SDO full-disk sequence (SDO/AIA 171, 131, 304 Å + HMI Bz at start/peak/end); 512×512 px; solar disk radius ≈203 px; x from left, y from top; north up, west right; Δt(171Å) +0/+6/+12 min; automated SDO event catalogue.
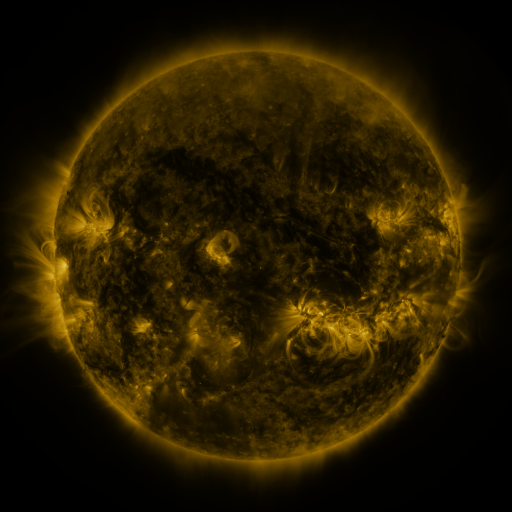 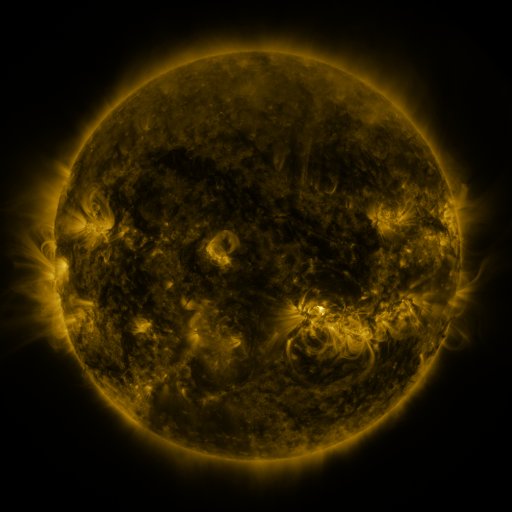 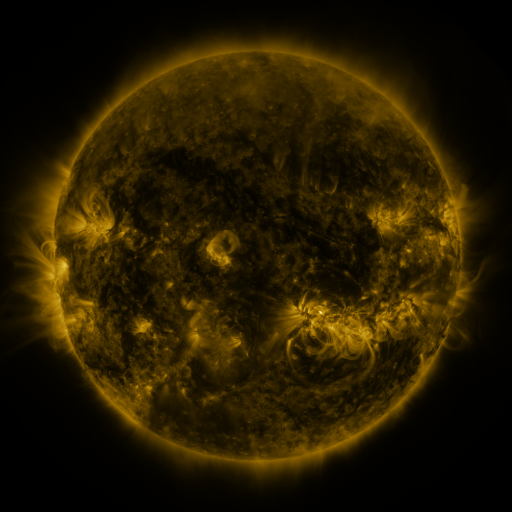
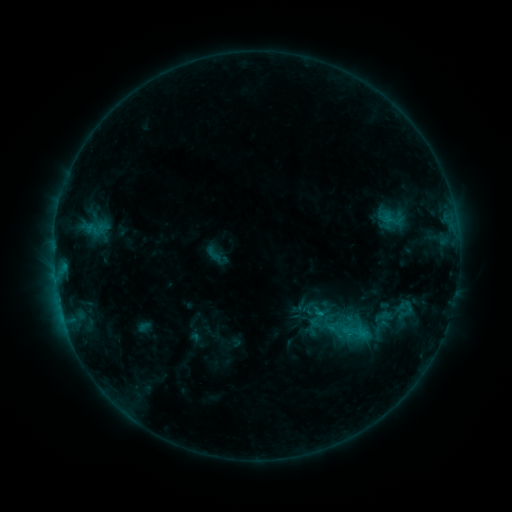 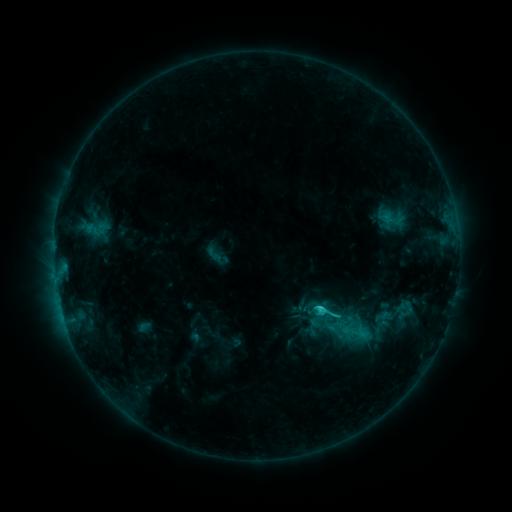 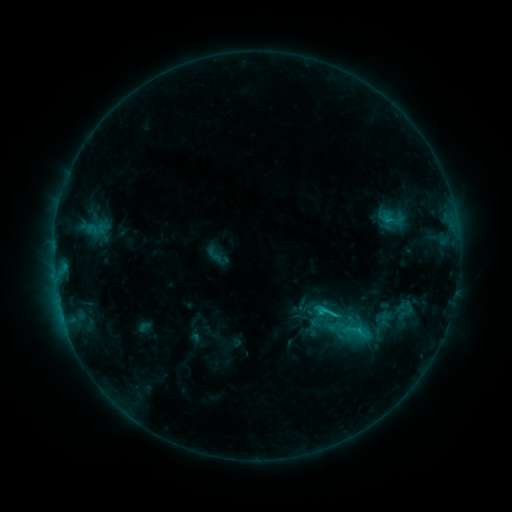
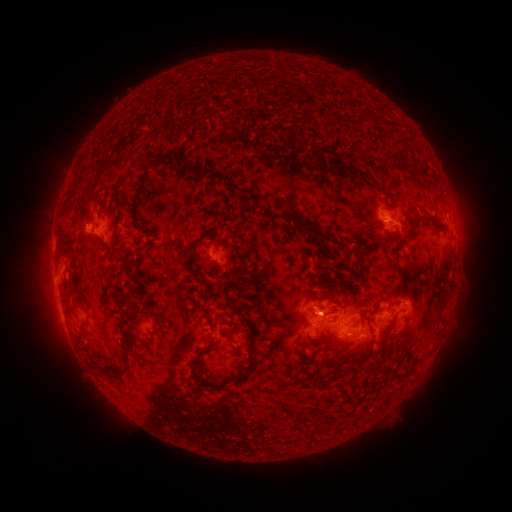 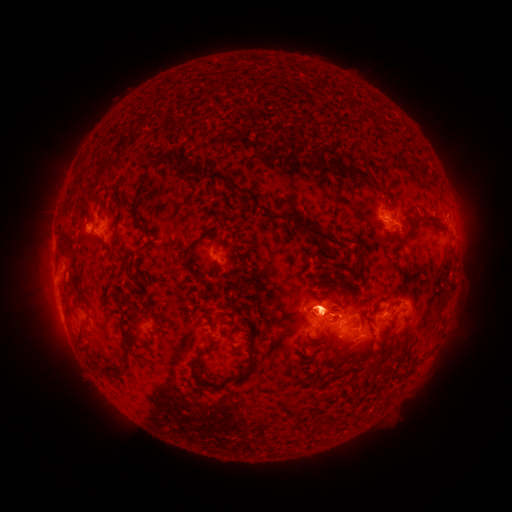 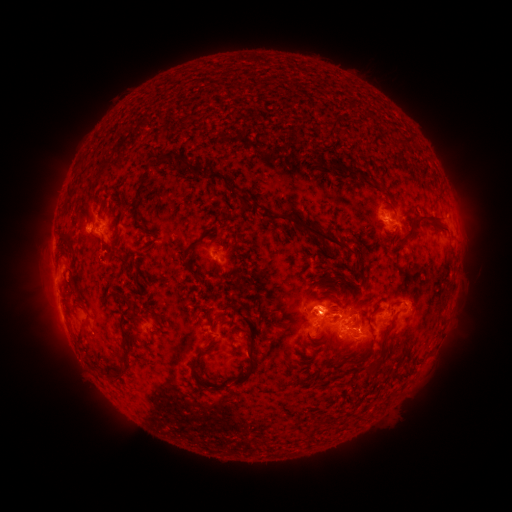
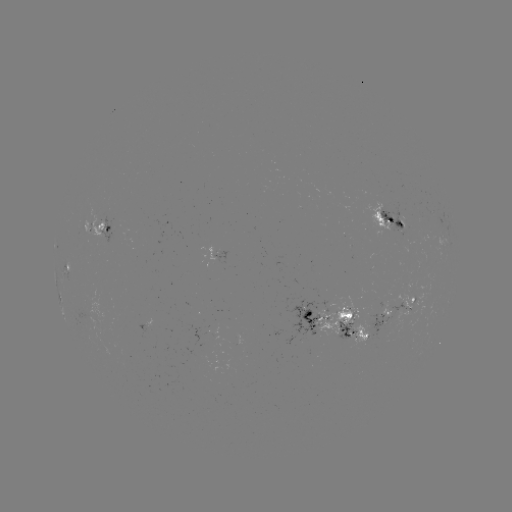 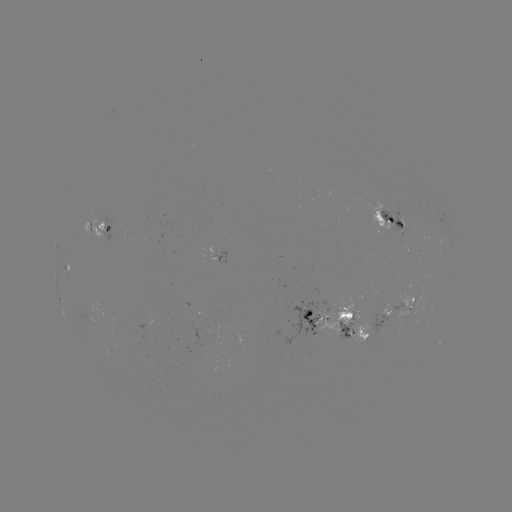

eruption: <bbox>262, 266, 419, 371</bbox>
